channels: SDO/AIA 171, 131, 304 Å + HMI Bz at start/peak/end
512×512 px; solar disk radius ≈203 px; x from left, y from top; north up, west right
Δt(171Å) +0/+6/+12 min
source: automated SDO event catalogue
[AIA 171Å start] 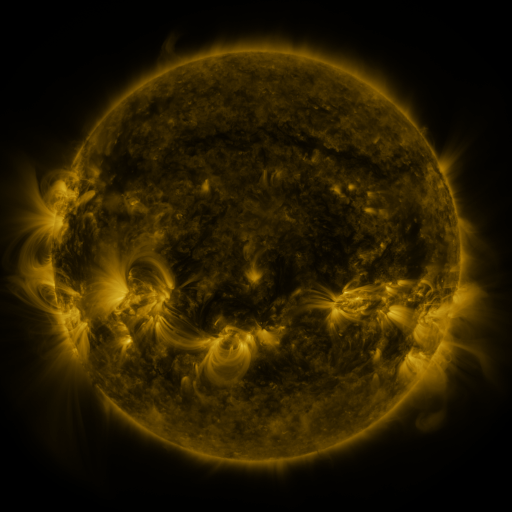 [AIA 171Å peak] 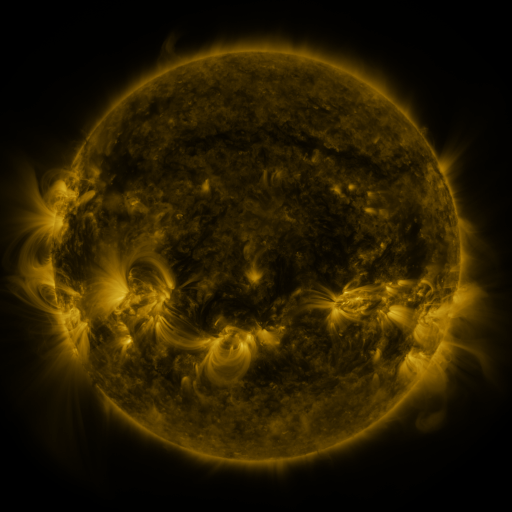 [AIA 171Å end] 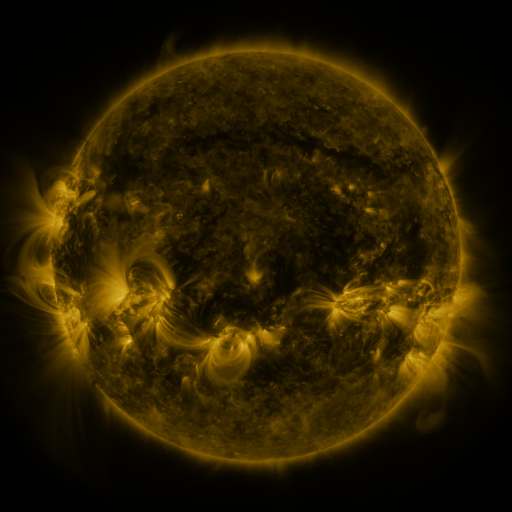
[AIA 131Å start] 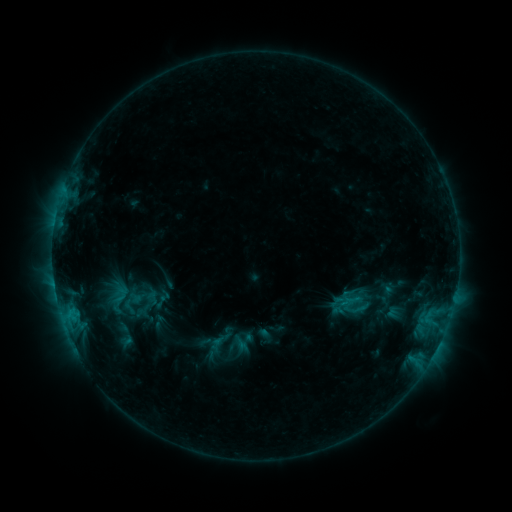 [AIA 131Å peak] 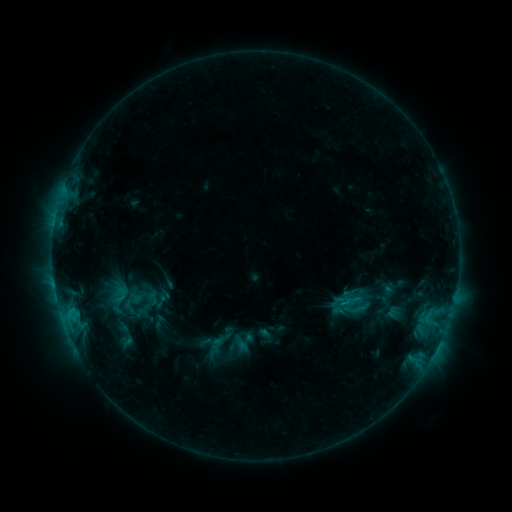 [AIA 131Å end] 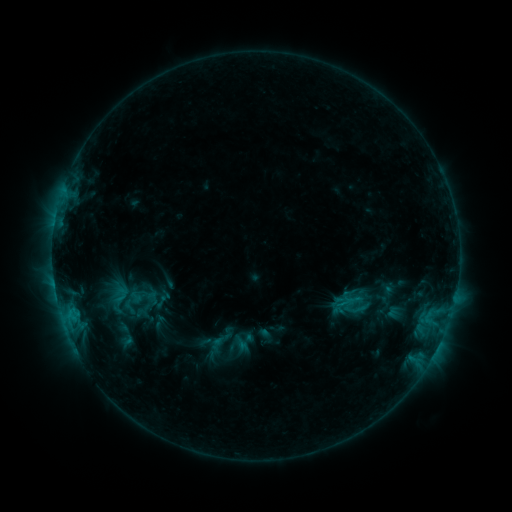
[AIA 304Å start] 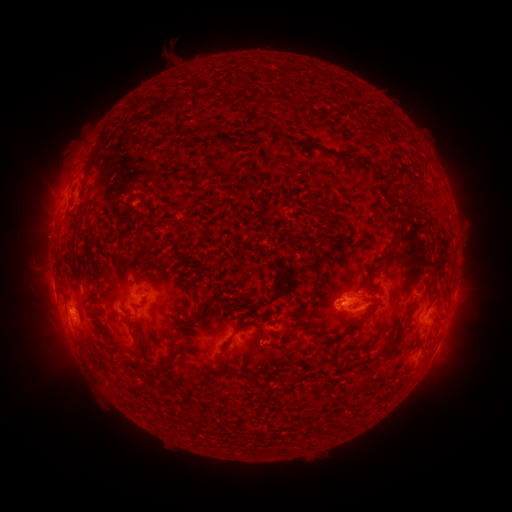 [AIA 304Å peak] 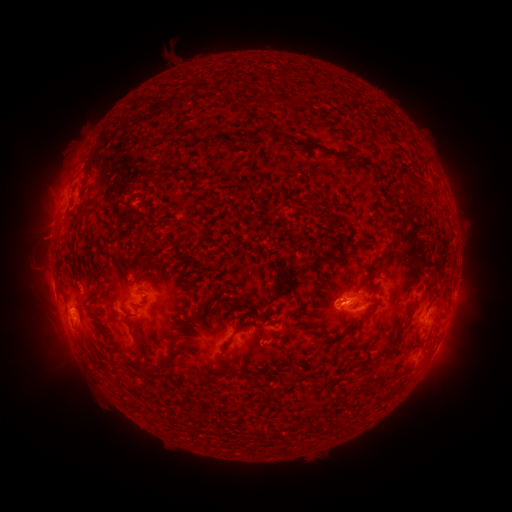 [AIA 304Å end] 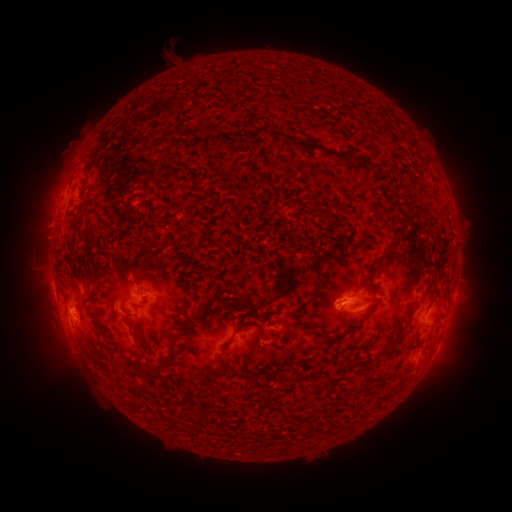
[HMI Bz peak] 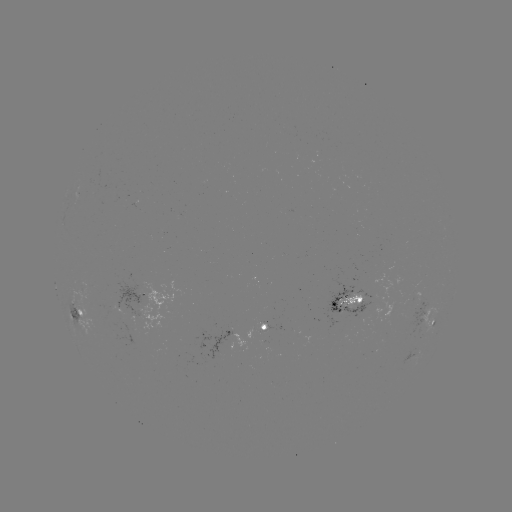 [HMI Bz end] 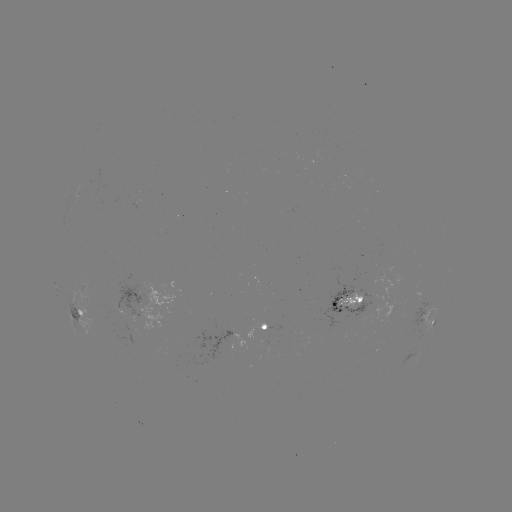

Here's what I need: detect eruption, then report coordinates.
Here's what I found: eruption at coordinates (42, 239).